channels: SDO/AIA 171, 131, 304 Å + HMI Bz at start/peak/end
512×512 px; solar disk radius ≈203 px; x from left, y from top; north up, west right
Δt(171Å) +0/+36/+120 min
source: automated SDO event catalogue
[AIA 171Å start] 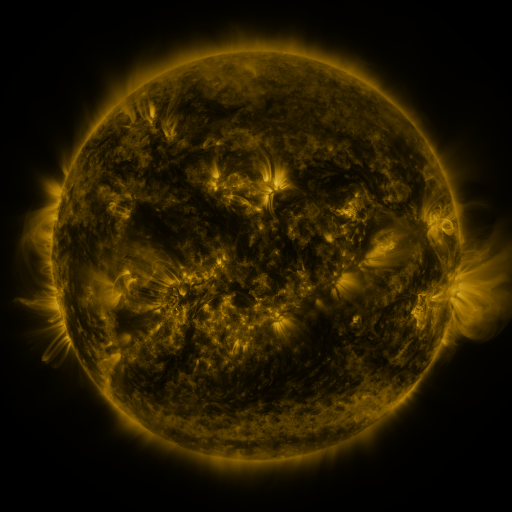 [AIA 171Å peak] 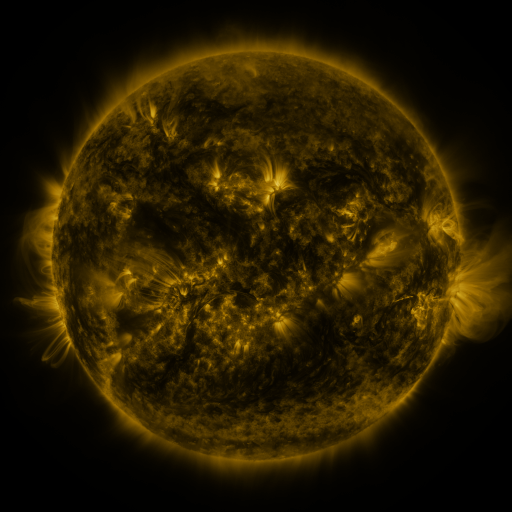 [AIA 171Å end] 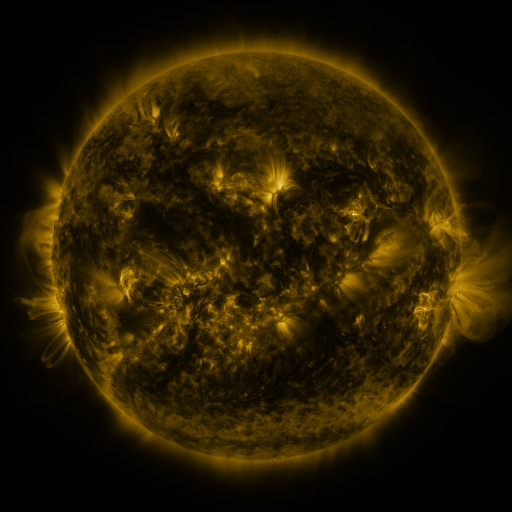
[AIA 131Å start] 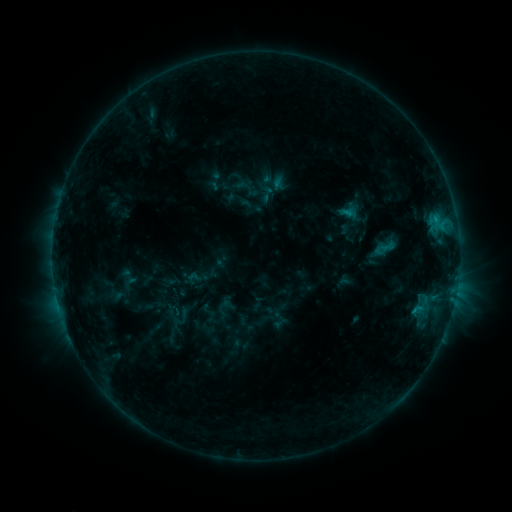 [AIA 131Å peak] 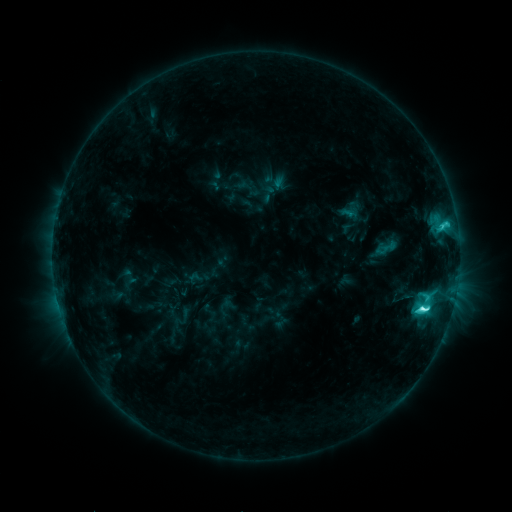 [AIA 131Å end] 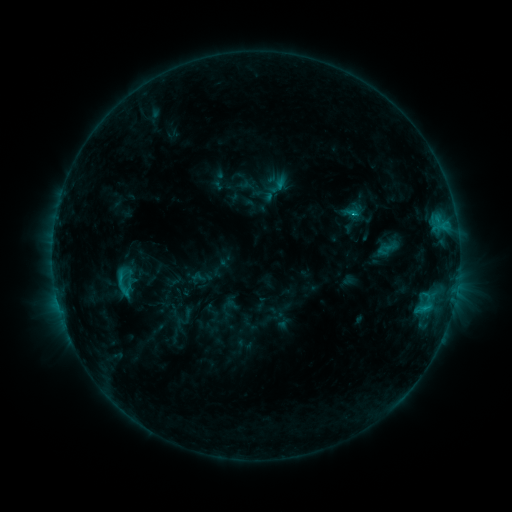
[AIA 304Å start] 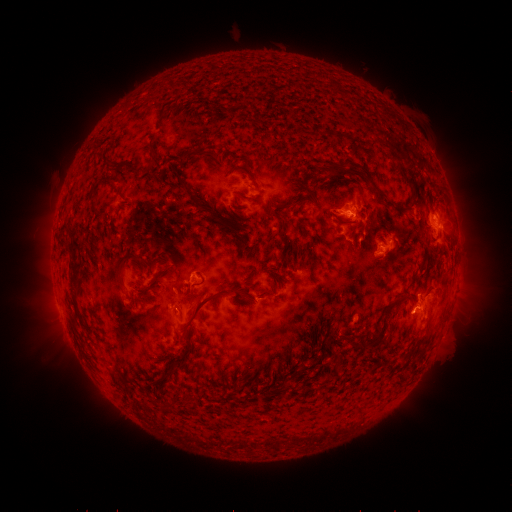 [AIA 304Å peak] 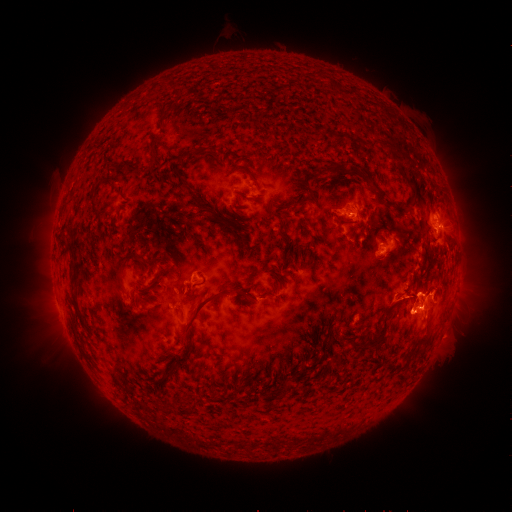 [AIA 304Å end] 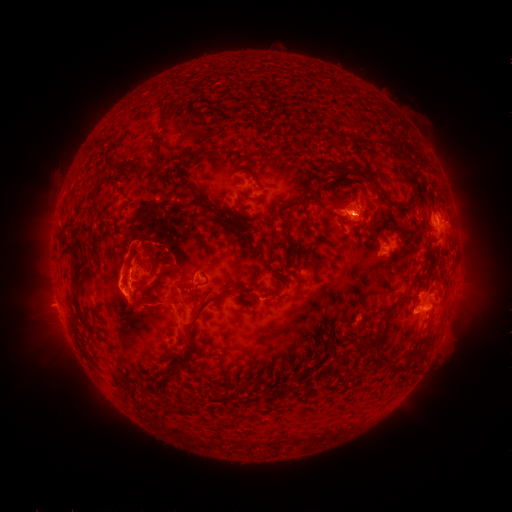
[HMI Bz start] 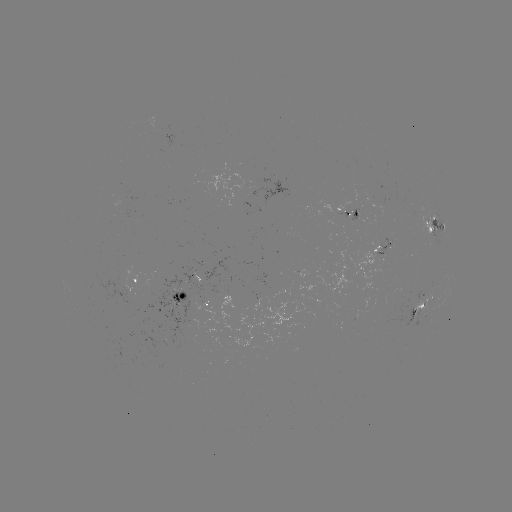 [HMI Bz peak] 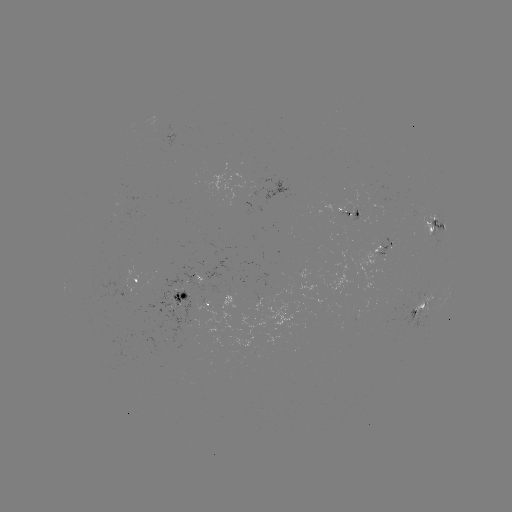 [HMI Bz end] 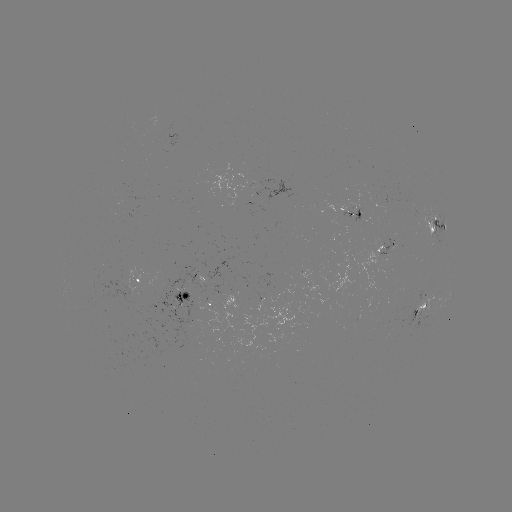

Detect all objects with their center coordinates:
C7.1 flare: (422, 307)
